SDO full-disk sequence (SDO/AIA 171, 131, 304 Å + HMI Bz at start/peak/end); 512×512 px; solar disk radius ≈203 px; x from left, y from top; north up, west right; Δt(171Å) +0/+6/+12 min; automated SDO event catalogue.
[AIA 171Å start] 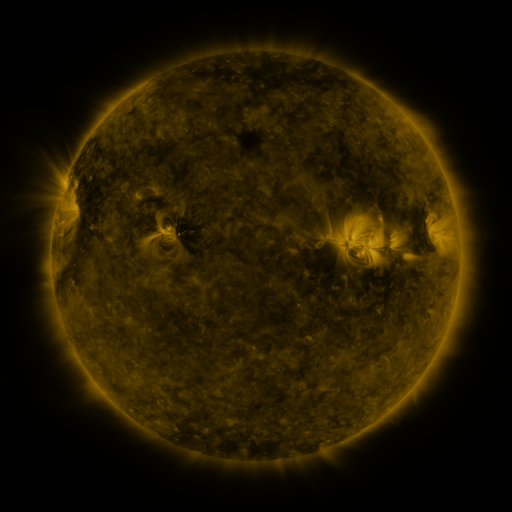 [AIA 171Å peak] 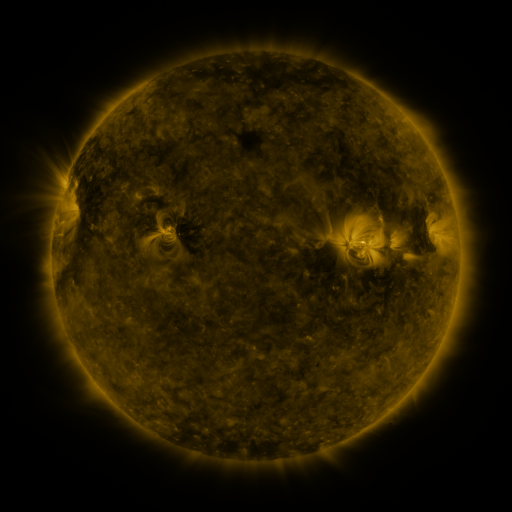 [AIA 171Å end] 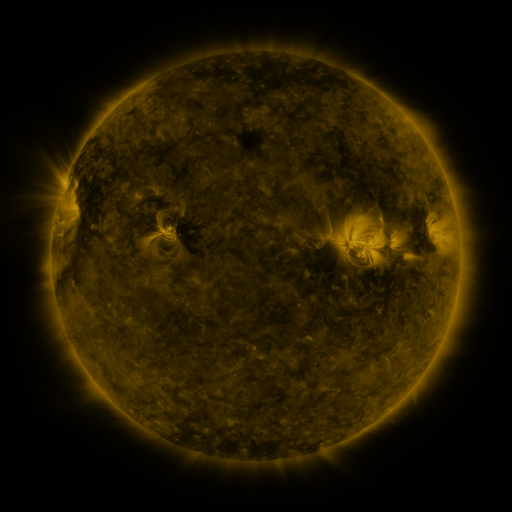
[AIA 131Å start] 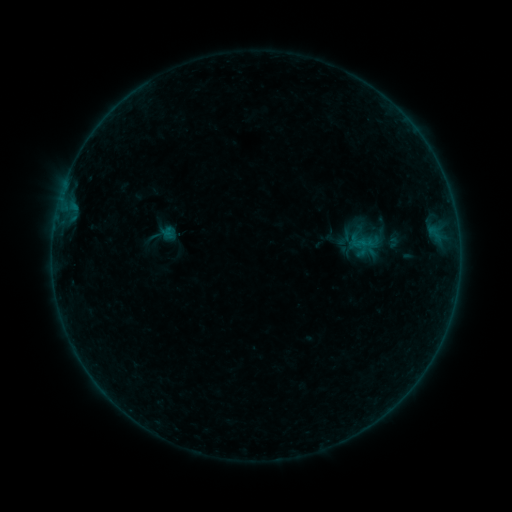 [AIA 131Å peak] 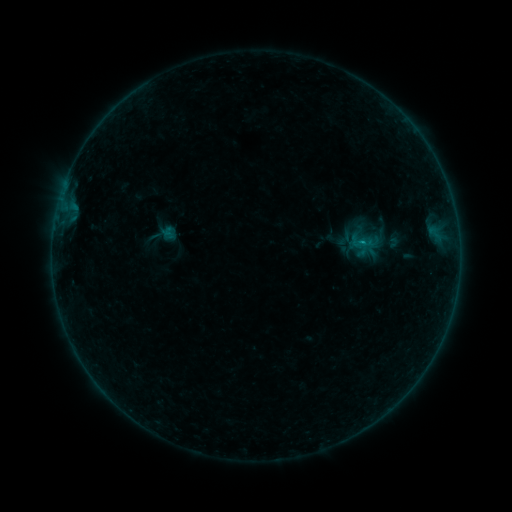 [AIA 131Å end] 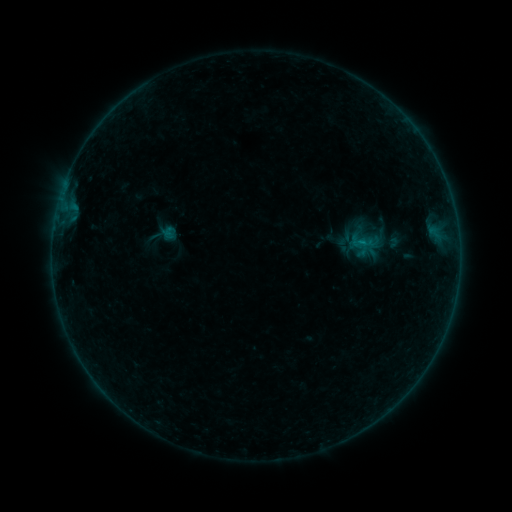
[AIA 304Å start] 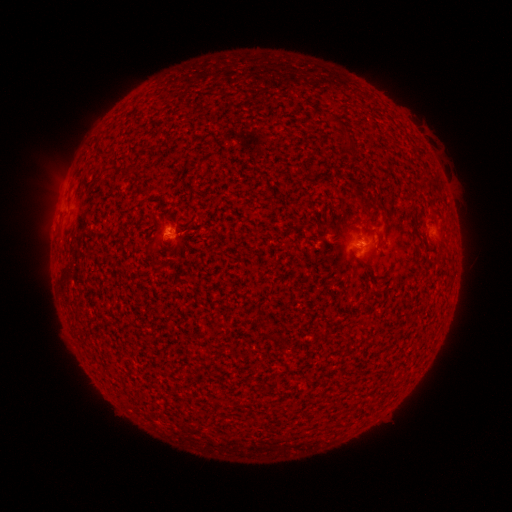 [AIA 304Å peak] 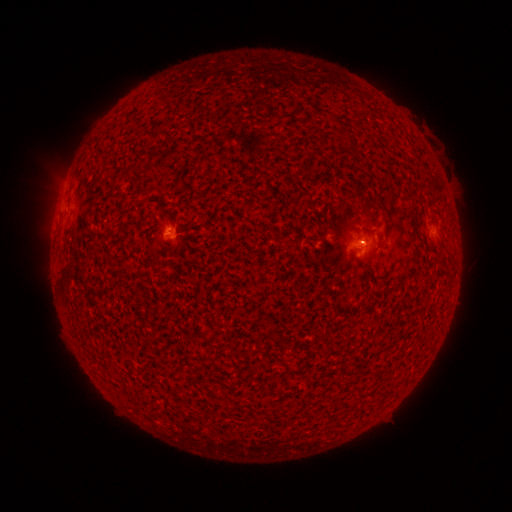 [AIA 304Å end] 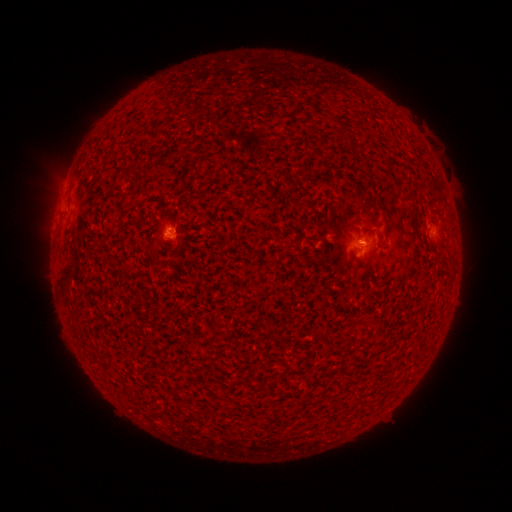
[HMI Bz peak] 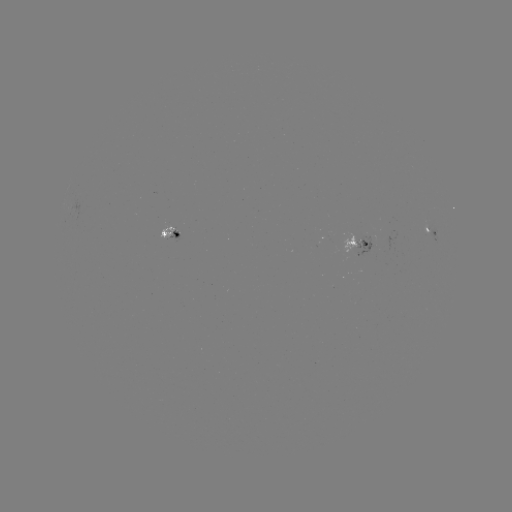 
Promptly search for B1.8 flare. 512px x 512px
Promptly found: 360,243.